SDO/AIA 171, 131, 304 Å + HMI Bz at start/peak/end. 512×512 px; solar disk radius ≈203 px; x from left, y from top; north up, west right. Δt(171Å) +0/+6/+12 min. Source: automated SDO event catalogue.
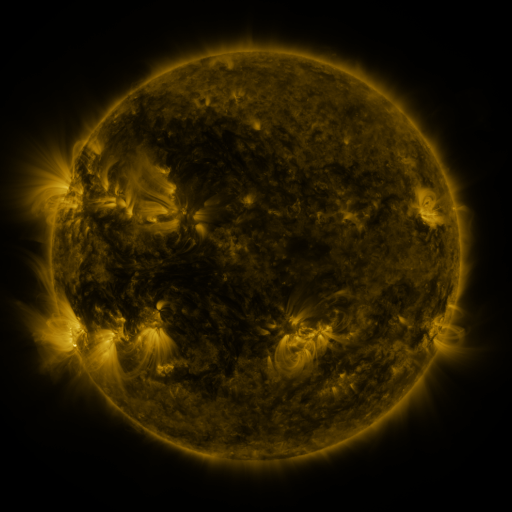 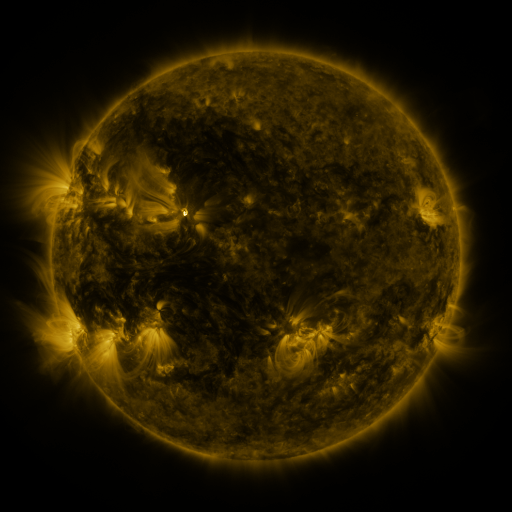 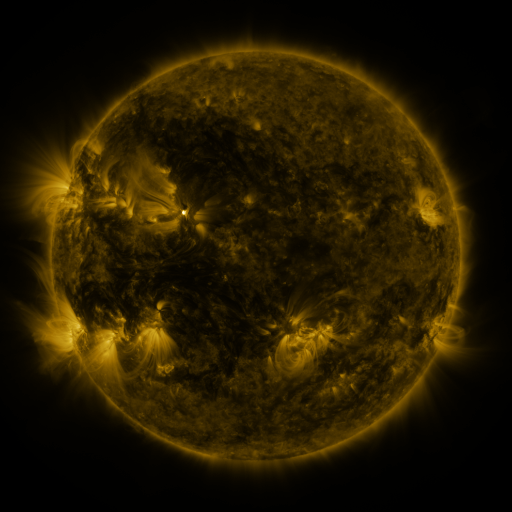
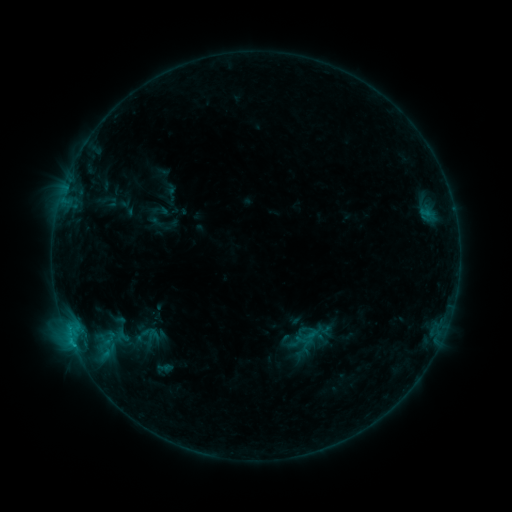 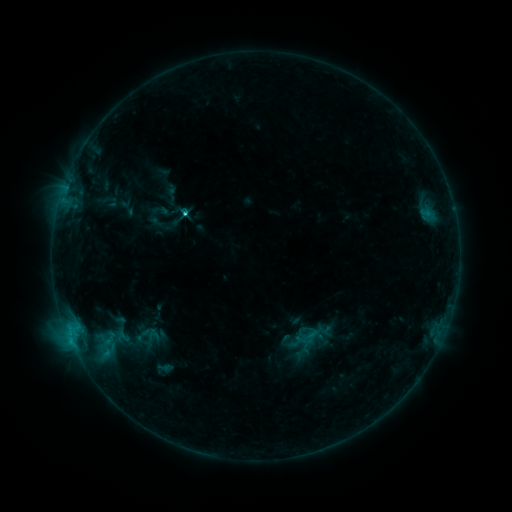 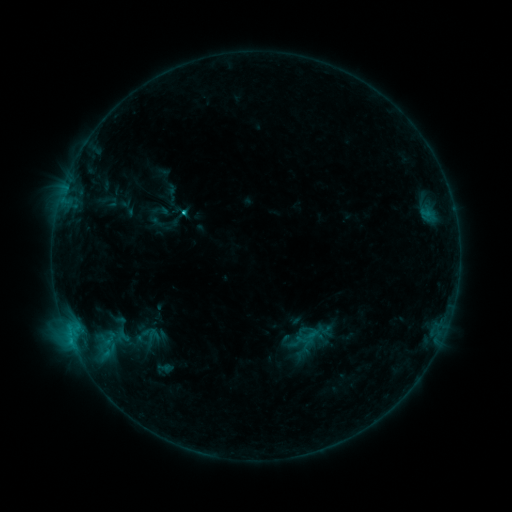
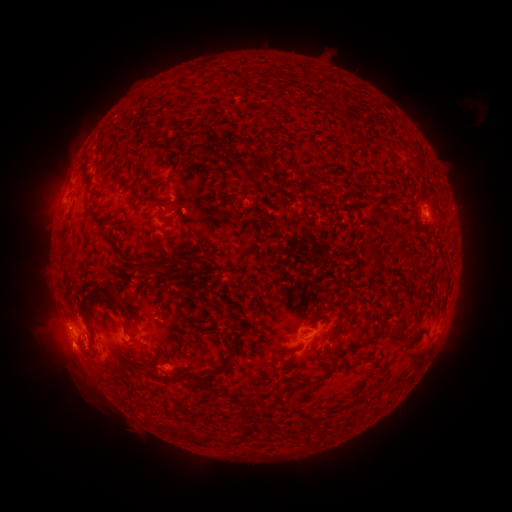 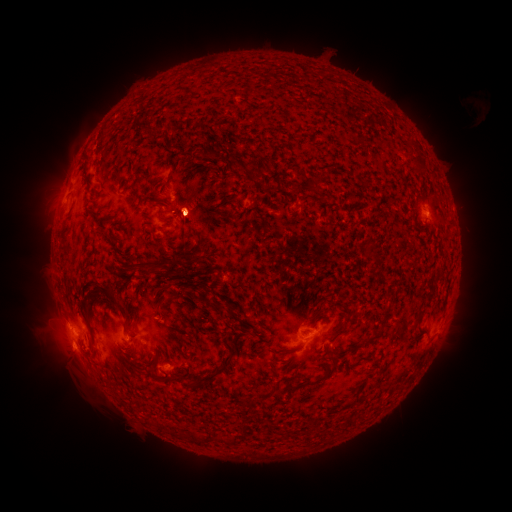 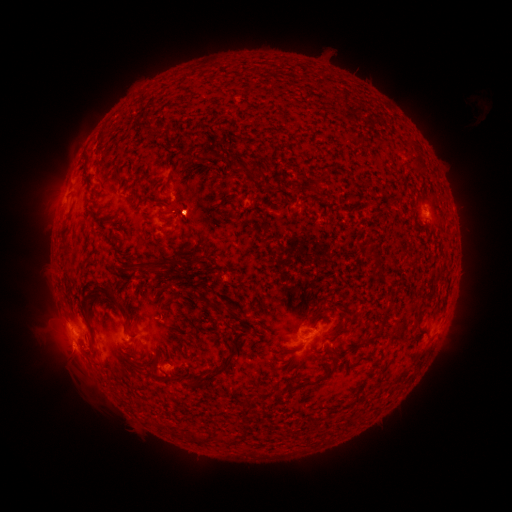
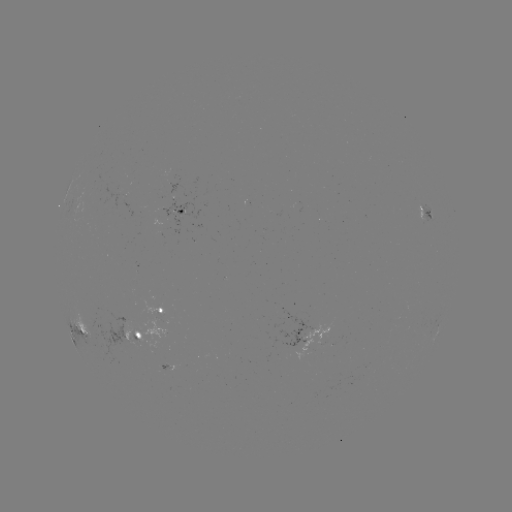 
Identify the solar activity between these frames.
C5.0 flare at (185, 217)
